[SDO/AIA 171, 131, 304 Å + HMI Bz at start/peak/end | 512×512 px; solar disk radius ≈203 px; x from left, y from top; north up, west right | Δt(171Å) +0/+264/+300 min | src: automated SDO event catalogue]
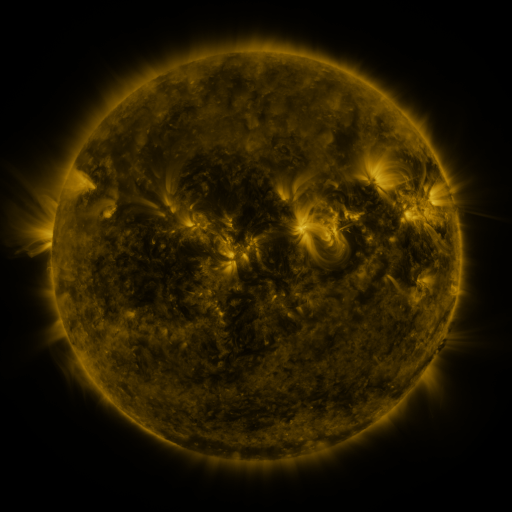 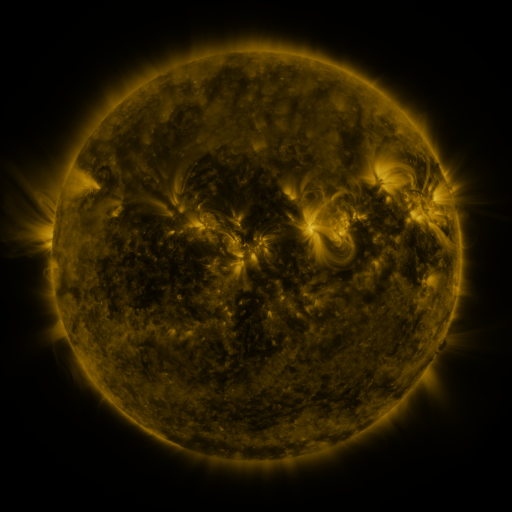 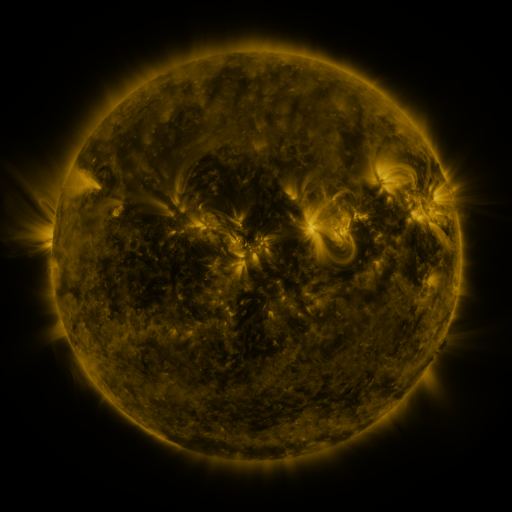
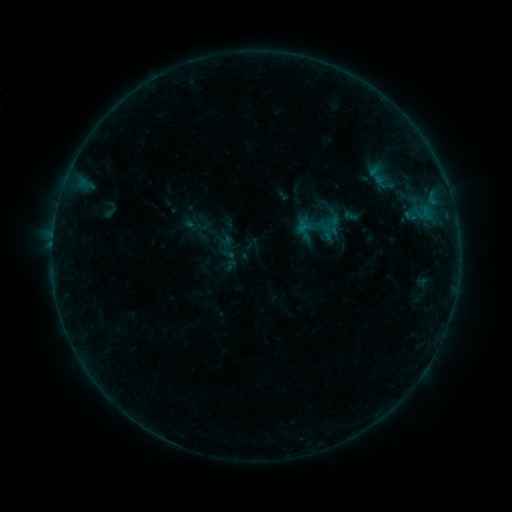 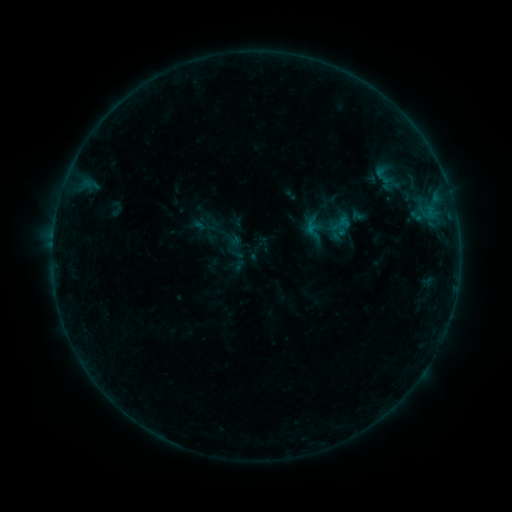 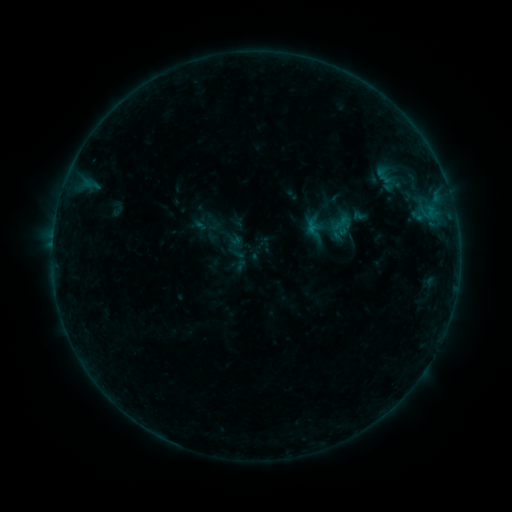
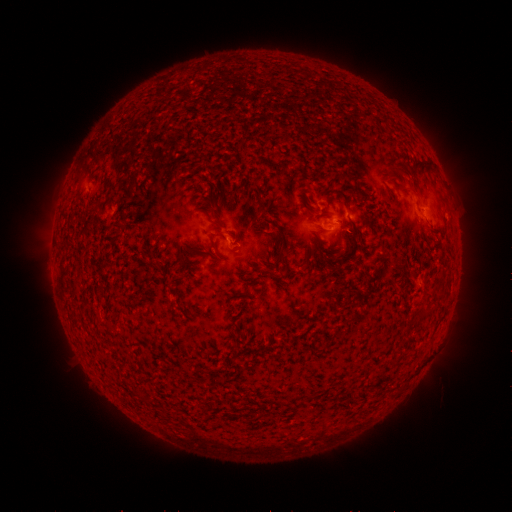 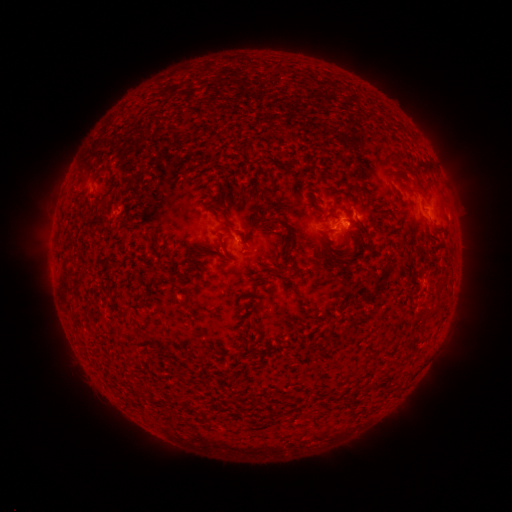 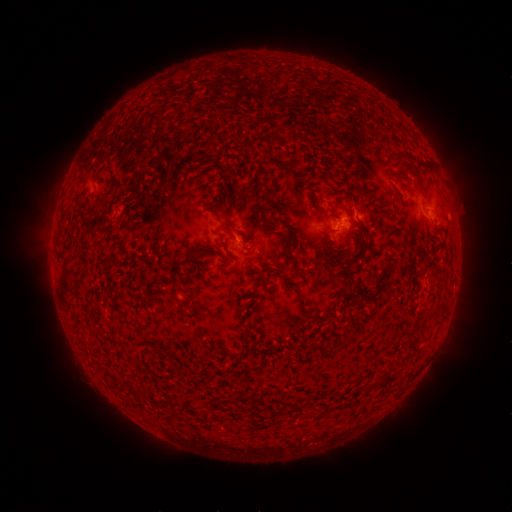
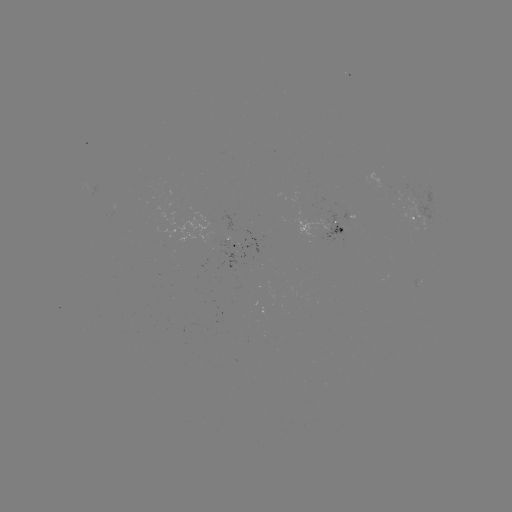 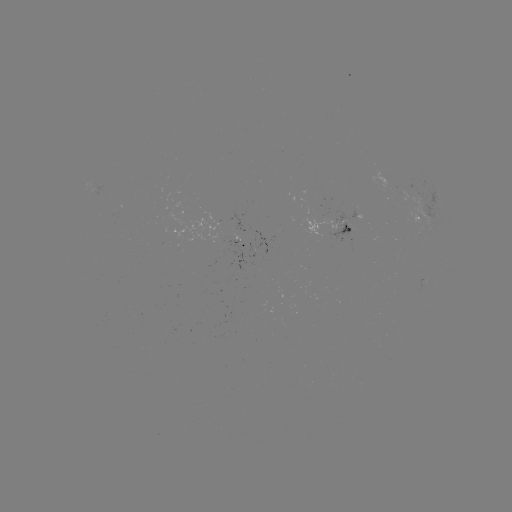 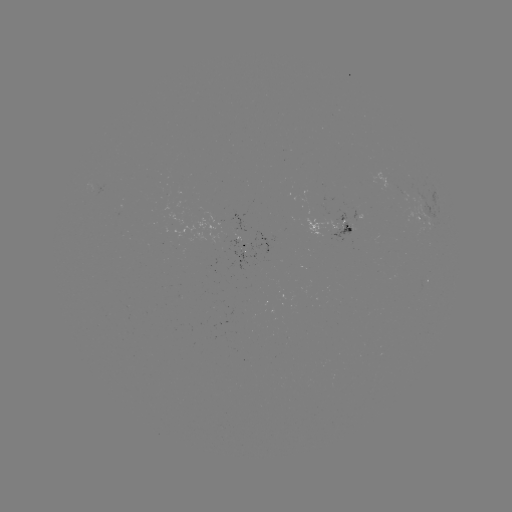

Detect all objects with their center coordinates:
emerging-flux region: (348, 229)
